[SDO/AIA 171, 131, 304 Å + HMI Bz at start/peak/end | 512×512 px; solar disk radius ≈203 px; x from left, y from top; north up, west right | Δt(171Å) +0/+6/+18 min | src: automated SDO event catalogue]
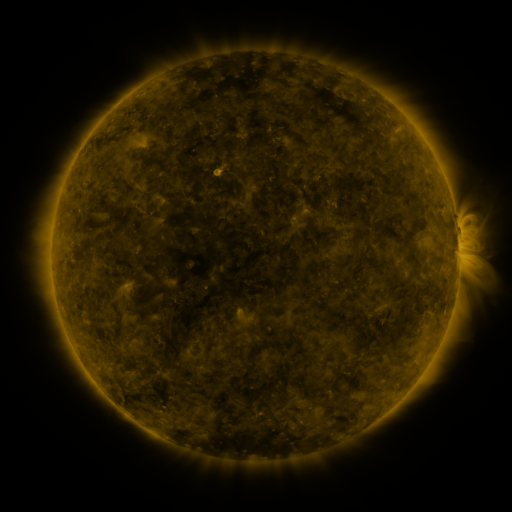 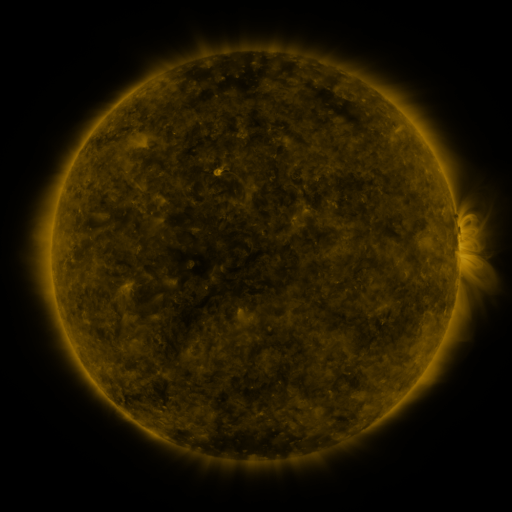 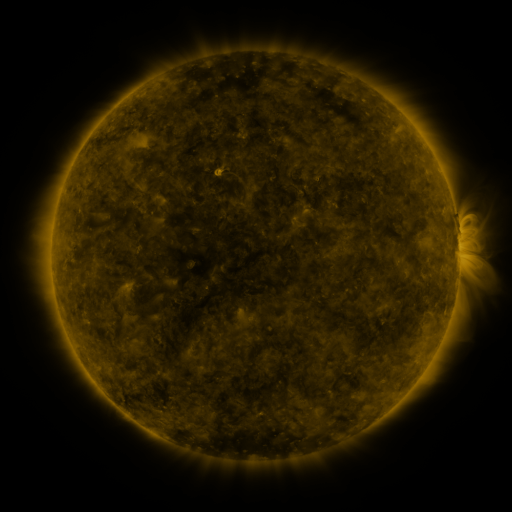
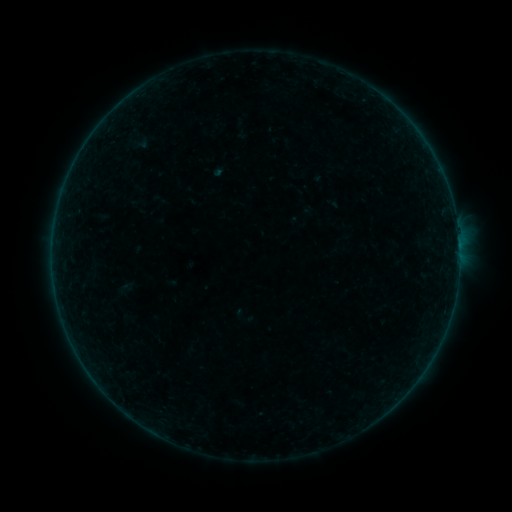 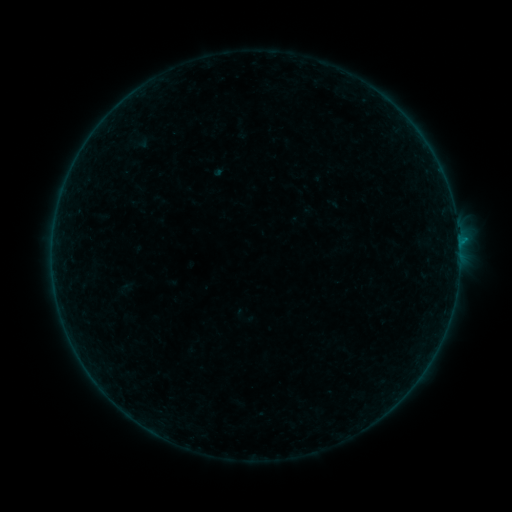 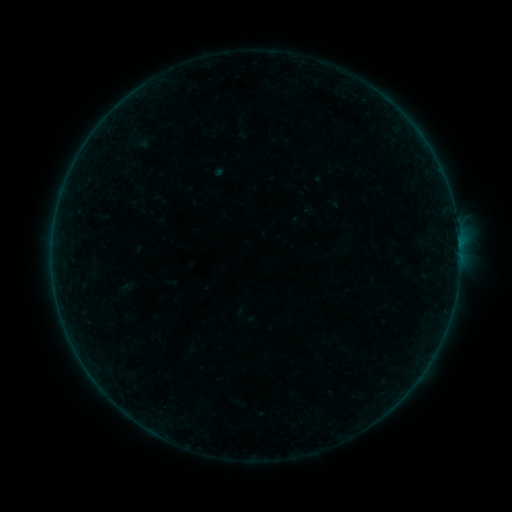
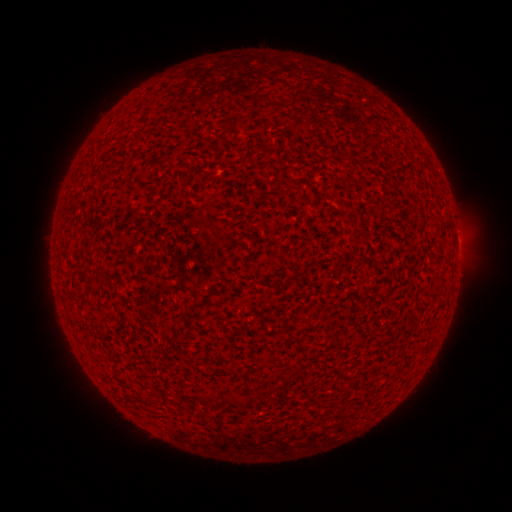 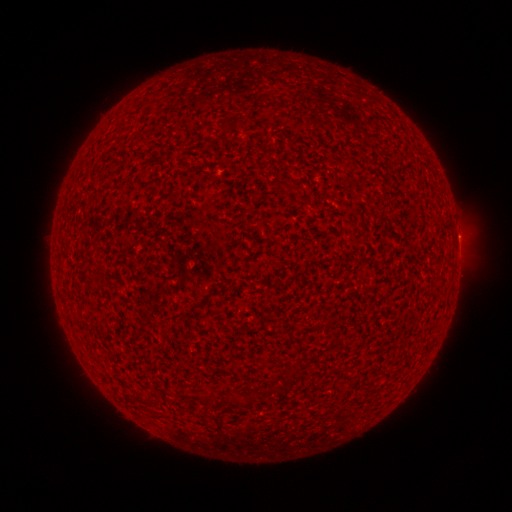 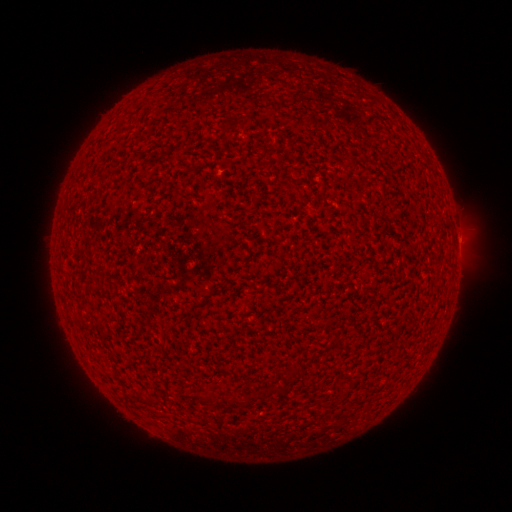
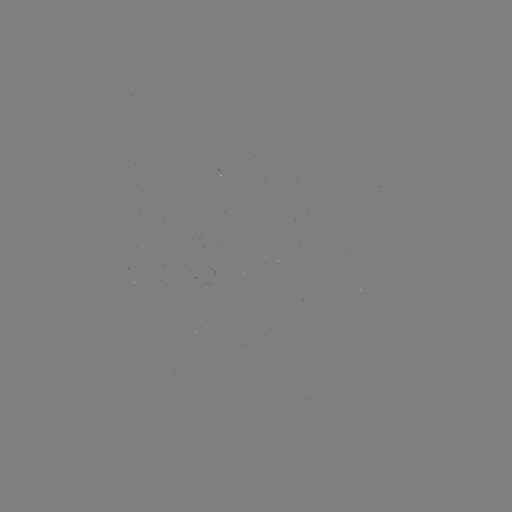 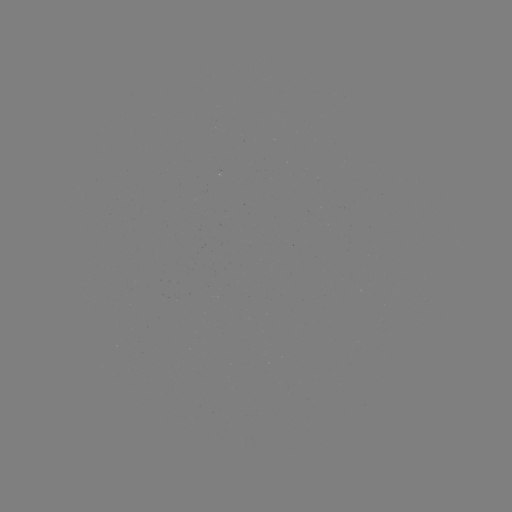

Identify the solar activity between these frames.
B1.6 flare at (458, 245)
